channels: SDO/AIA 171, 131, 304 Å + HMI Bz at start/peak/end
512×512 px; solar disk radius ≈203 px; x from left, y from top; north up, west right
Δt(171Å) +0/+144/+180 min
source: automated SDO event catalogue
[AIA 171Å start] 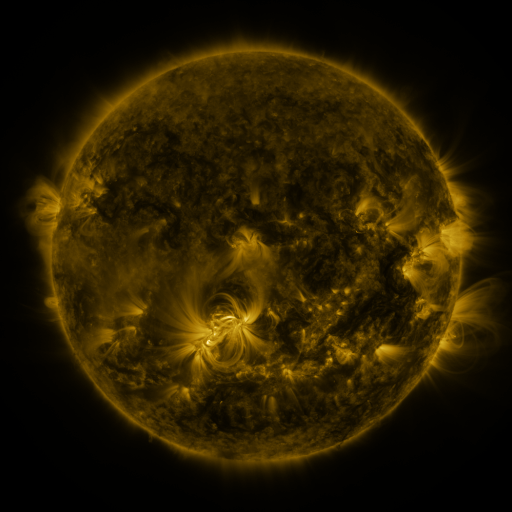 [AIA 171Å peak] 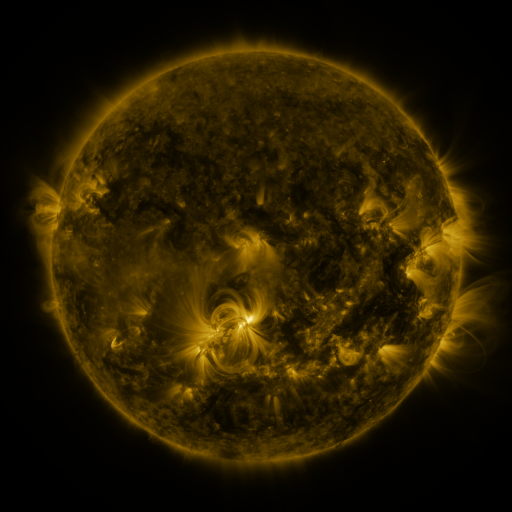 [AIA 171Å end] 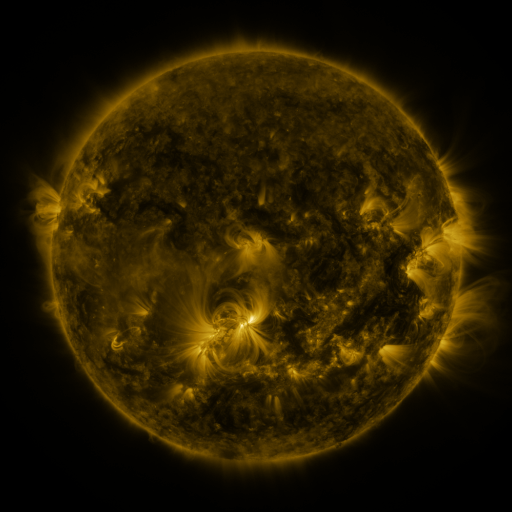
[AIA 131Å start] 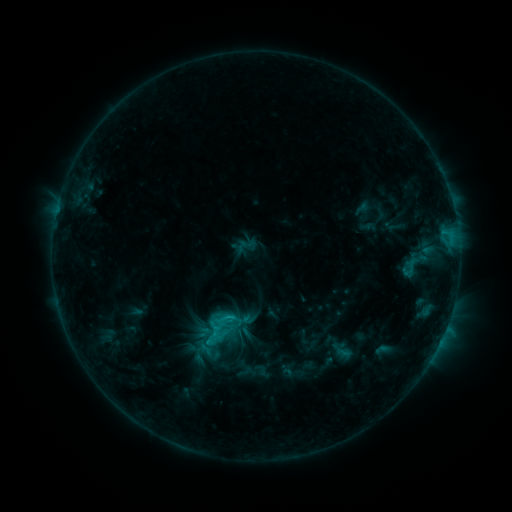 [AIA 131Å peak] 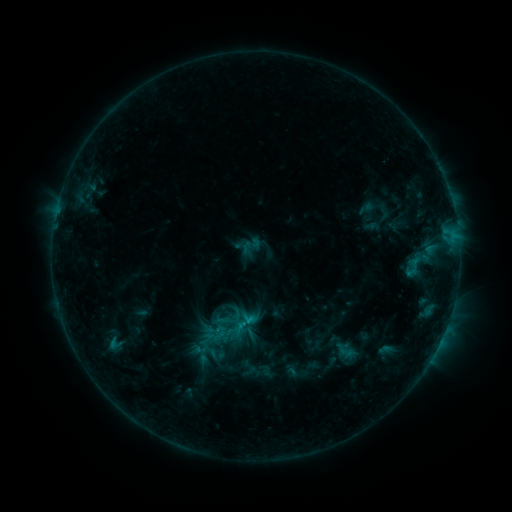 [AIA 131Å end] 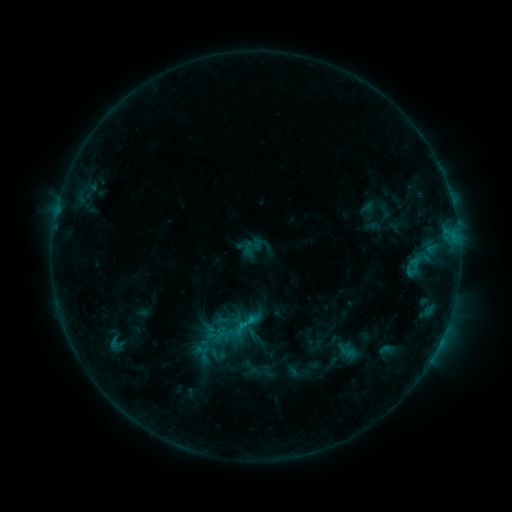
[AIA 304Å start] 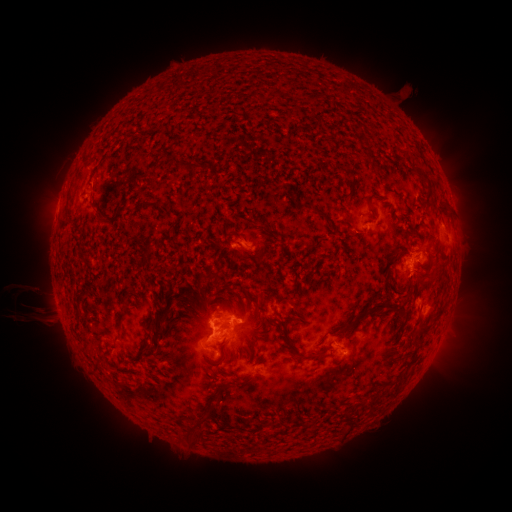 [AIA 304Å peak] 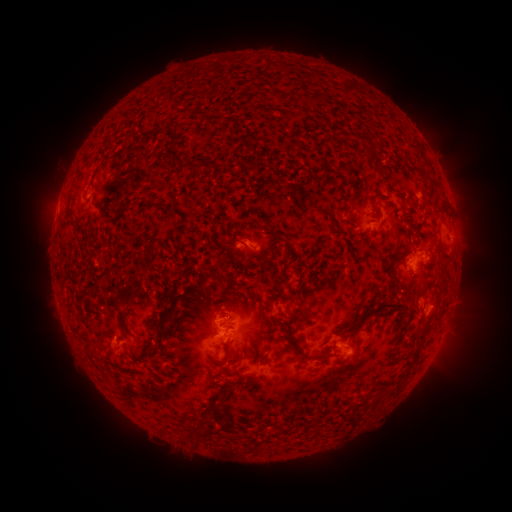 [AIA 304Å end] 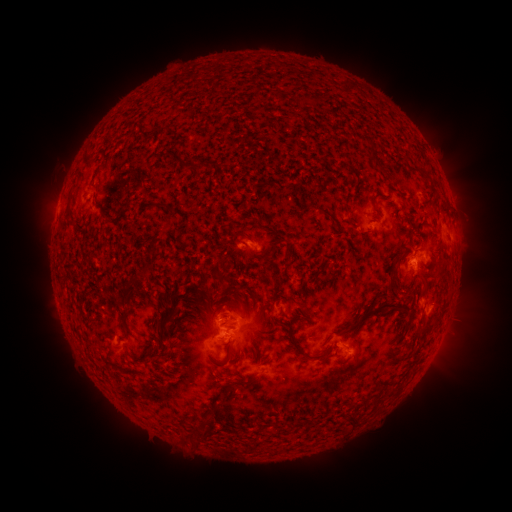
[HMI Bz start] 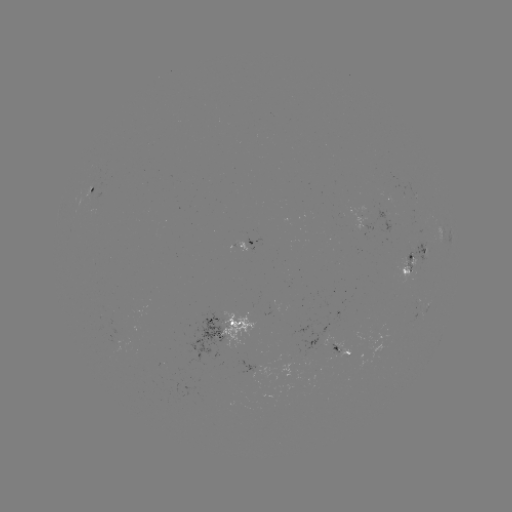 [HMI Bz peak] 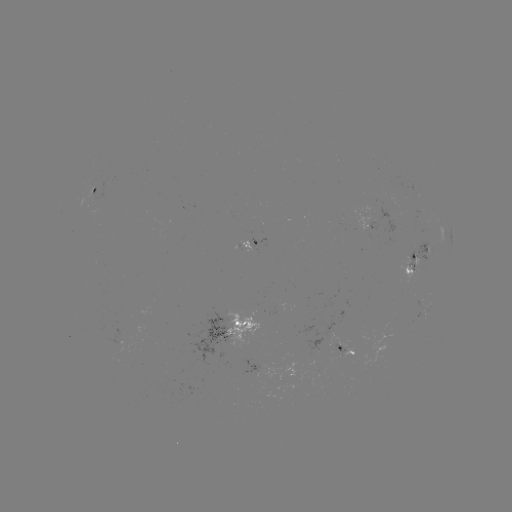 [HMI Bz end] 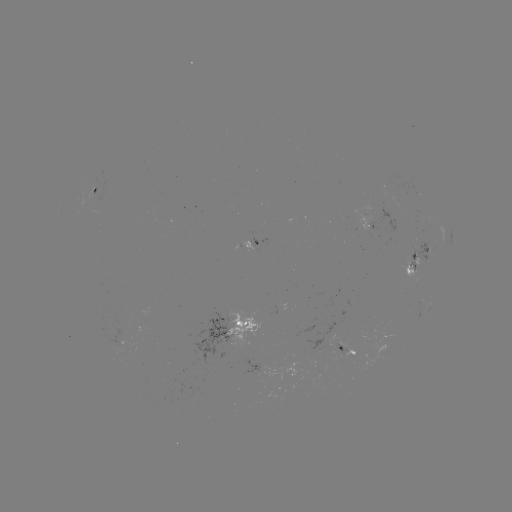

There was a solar emerging-flux region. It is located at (92, 201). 